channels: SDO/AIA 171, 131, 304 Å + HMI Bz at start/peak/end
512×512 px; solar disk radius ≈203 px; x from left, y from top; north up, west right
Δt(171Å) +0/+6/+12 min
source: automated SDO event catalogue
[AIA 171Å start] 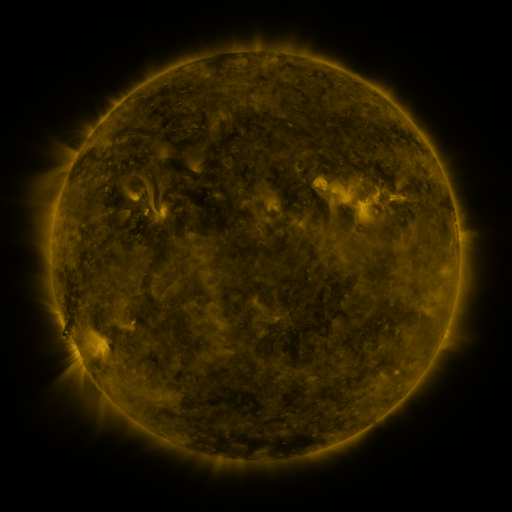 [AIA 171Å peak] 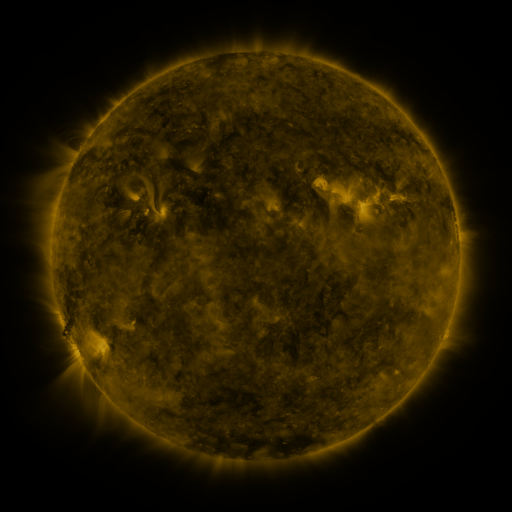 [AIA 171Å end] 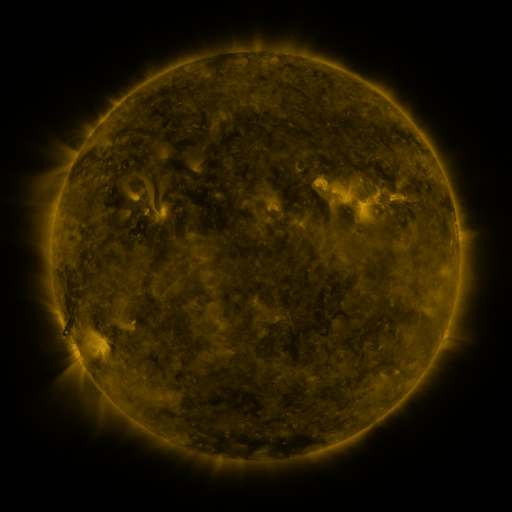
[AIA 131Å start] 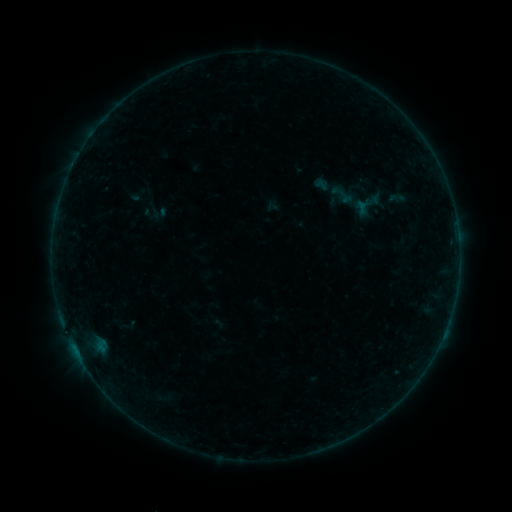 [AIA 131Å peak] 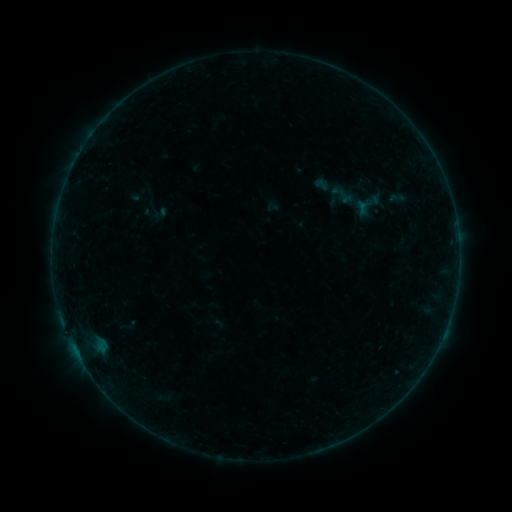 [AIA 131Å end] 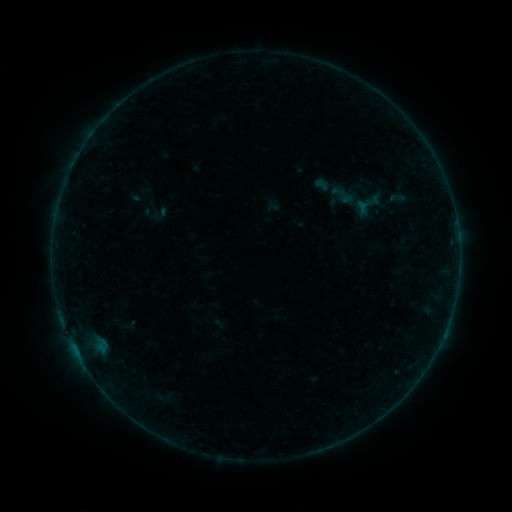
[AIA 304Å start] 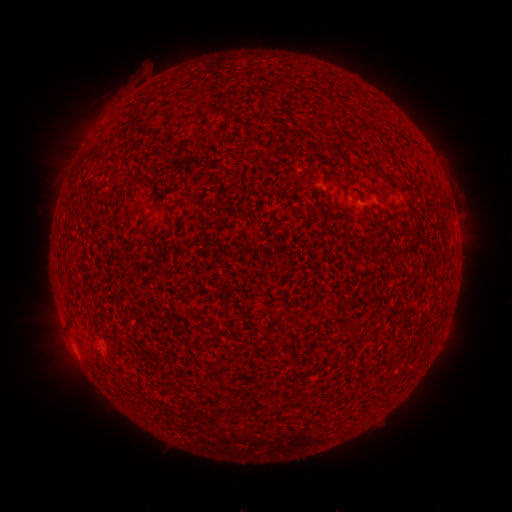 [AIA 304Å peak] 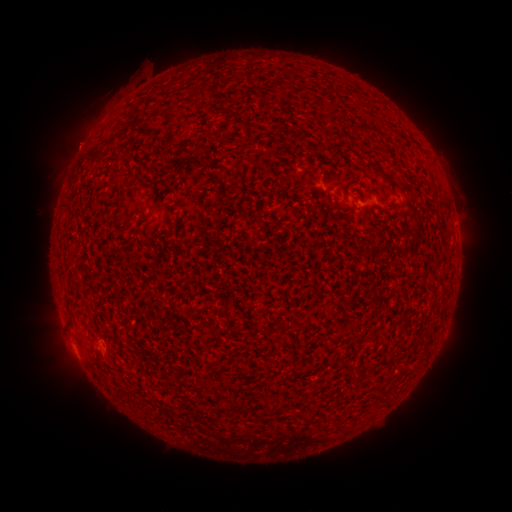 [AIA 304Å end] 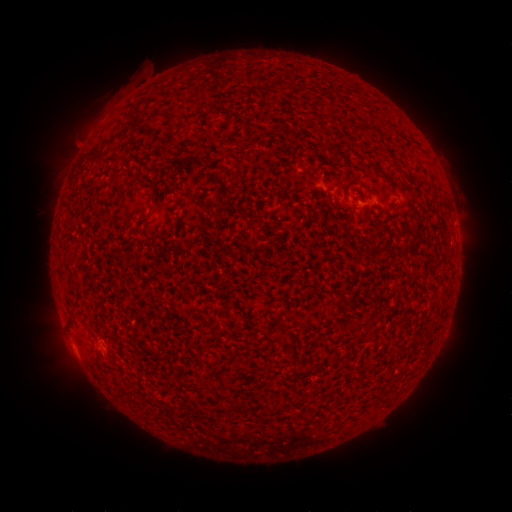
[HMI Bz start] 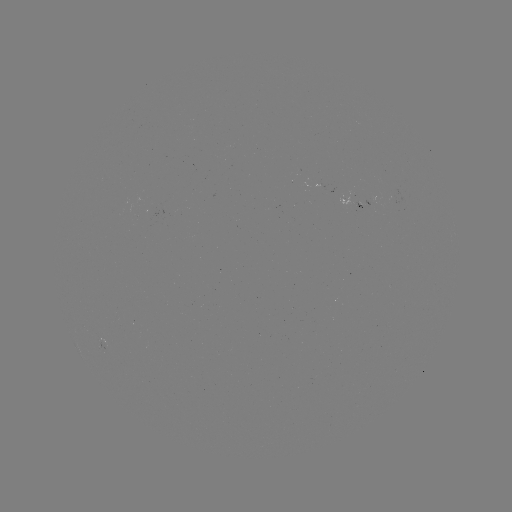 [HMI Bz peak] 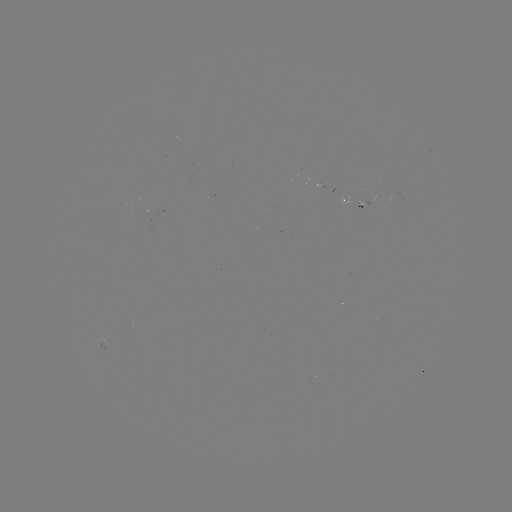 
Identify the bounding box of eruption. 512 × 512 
[47, 116, 101, 171].